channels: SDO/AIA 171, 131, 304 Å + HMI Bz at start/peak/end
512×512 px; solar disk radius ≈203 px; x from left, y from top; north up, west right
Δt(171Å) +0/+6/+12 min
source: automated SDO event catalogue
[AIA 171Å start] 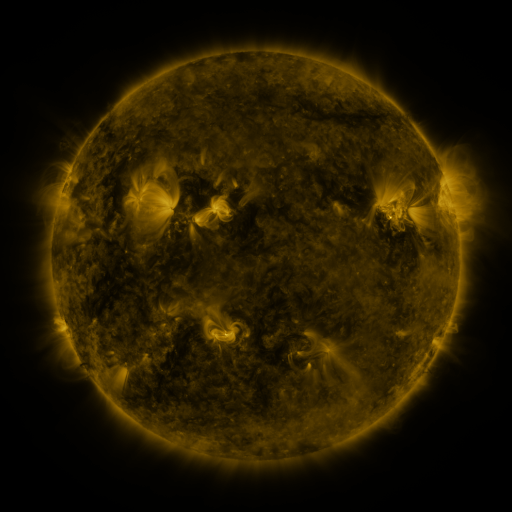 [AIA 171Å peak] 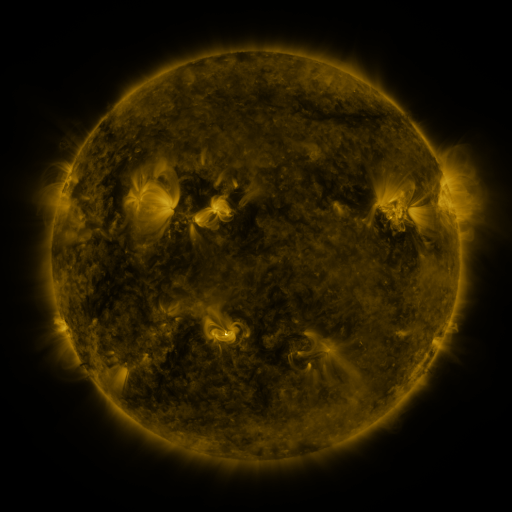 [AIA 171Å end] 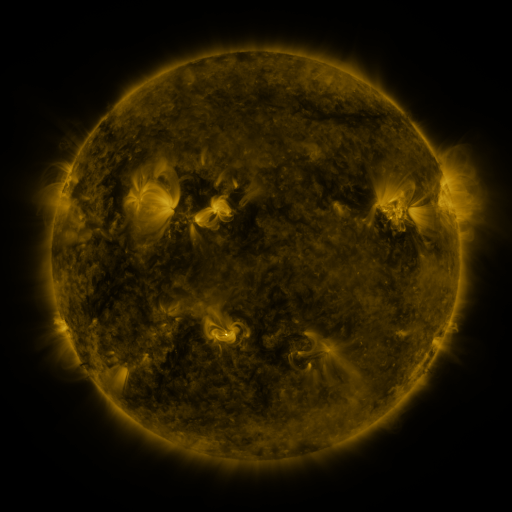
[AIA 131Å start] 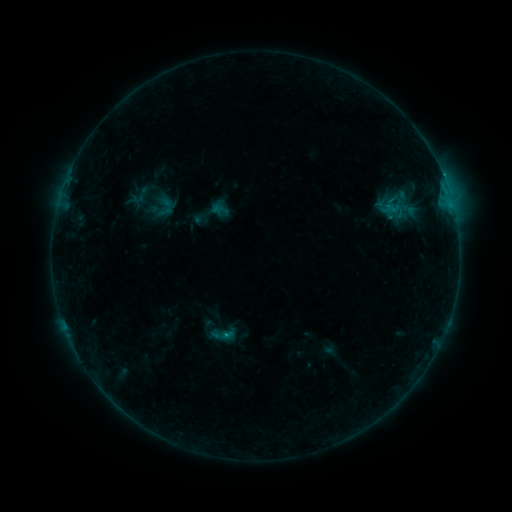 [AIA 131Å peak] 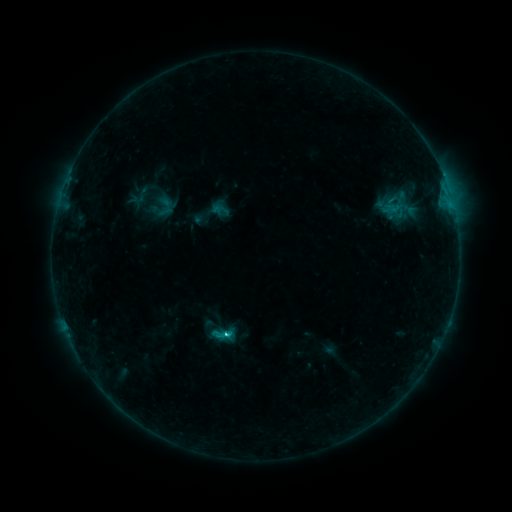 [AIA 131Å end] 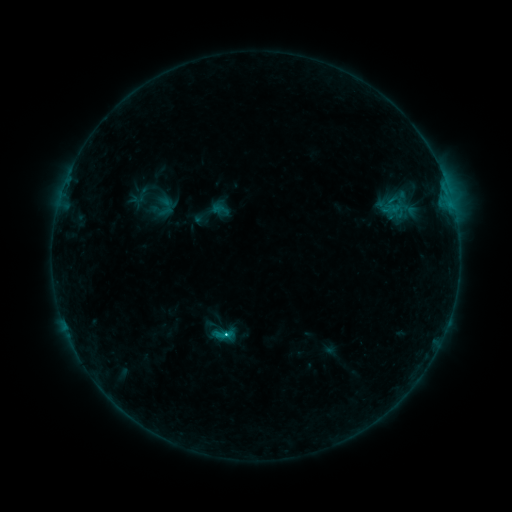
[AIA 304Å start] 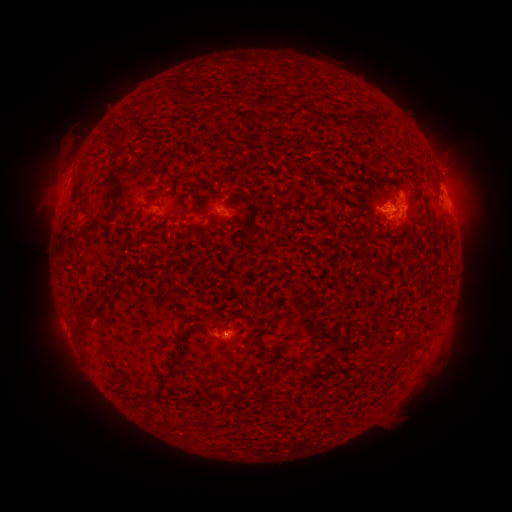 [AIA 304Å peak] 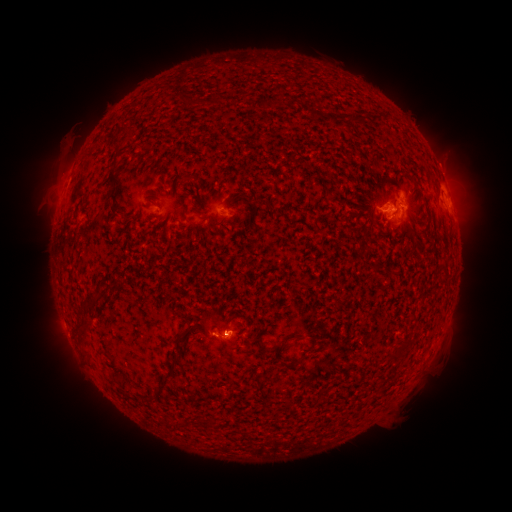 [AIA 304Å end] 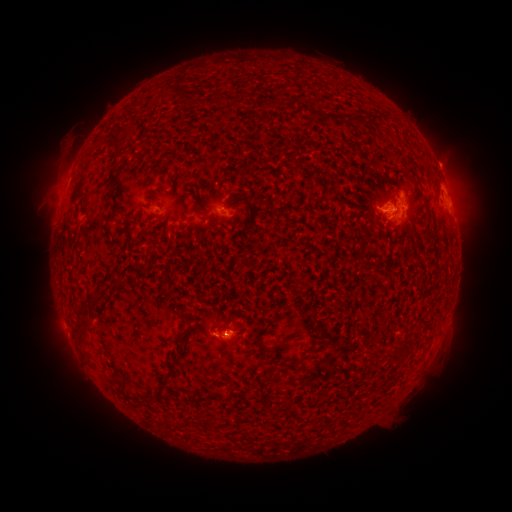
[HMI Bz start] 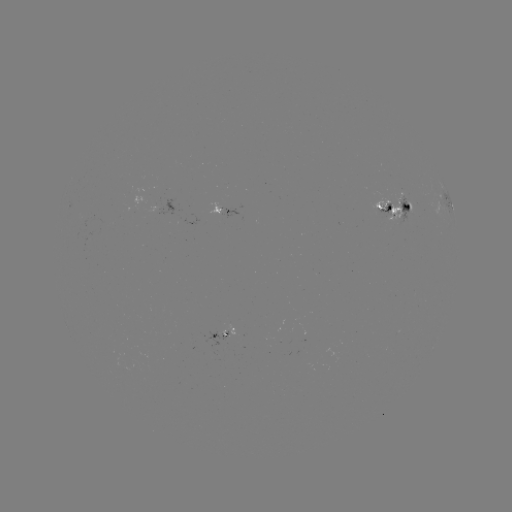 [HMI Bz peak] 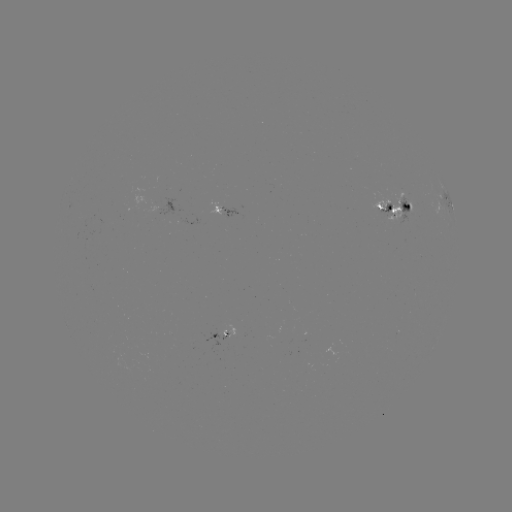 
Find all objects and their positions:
C1.6 flare: (228, 332)
